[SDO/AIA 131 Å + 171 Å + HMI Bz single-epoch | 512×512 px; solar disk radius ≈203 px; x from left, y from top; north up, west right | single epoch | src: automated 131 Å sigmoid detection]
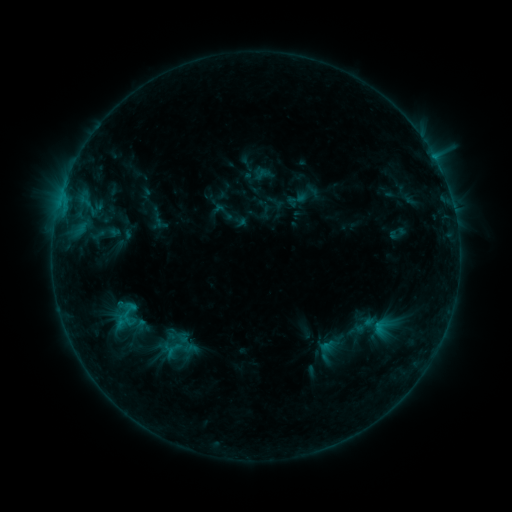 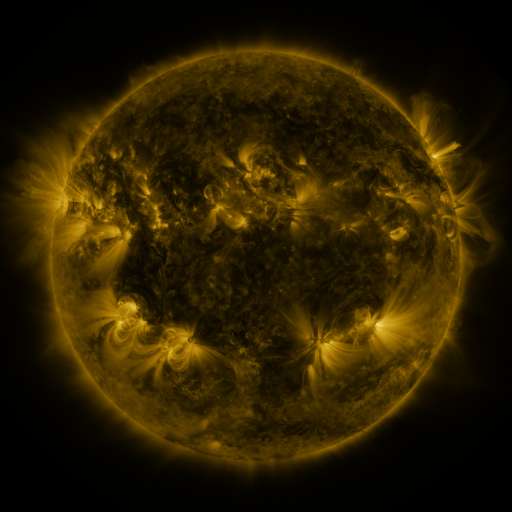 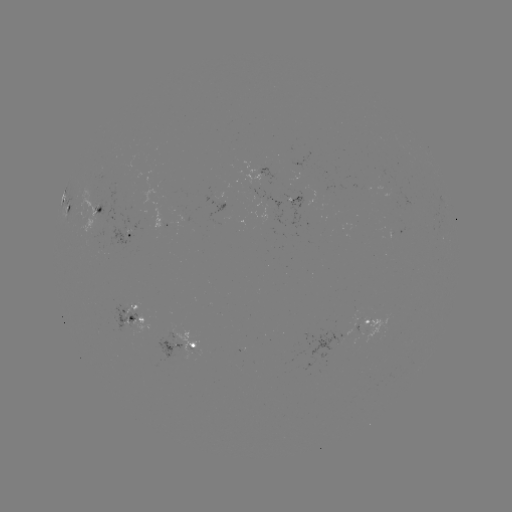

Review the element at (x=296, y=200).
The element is sigmoid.